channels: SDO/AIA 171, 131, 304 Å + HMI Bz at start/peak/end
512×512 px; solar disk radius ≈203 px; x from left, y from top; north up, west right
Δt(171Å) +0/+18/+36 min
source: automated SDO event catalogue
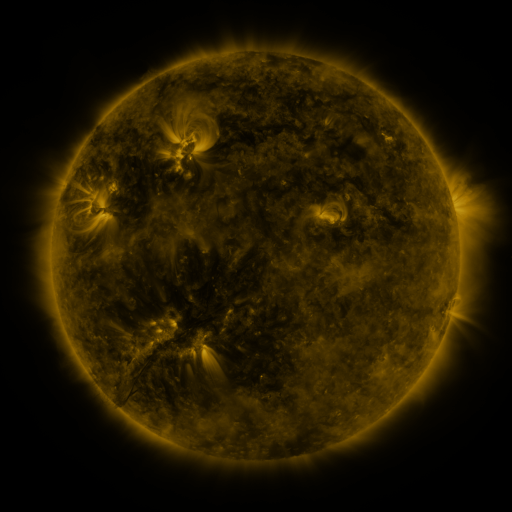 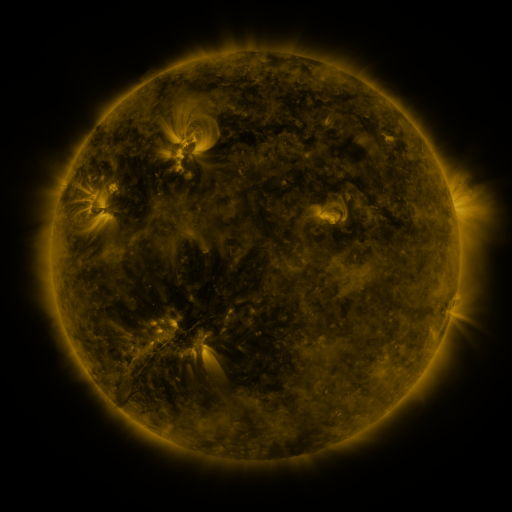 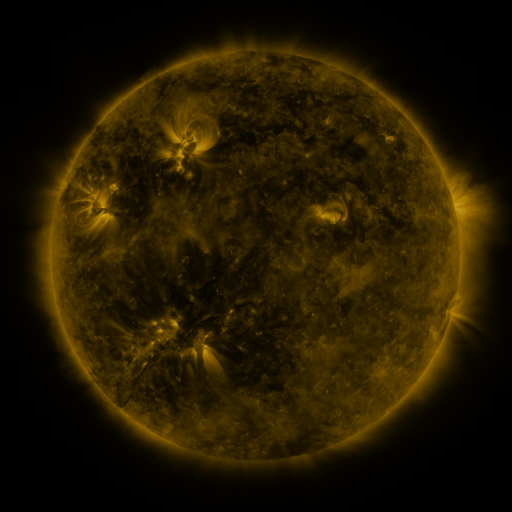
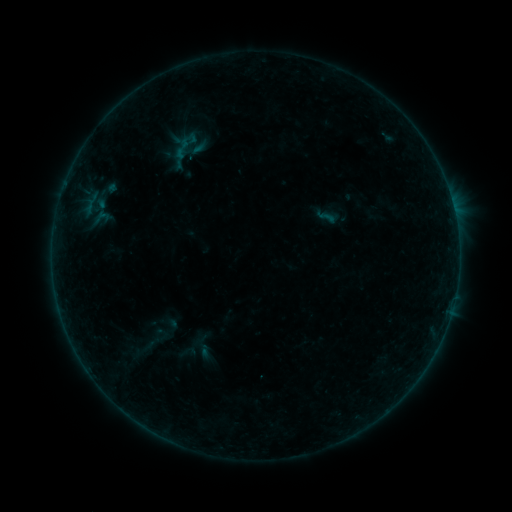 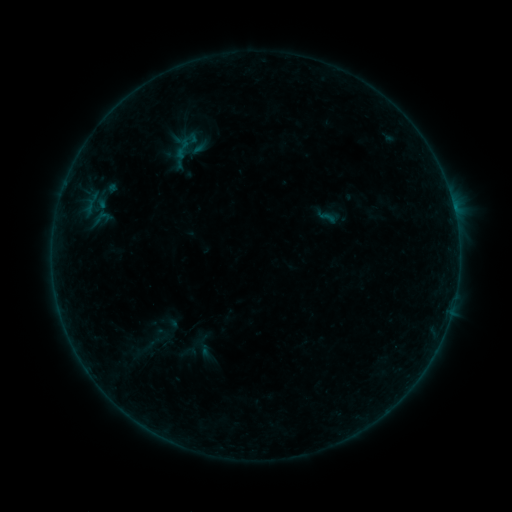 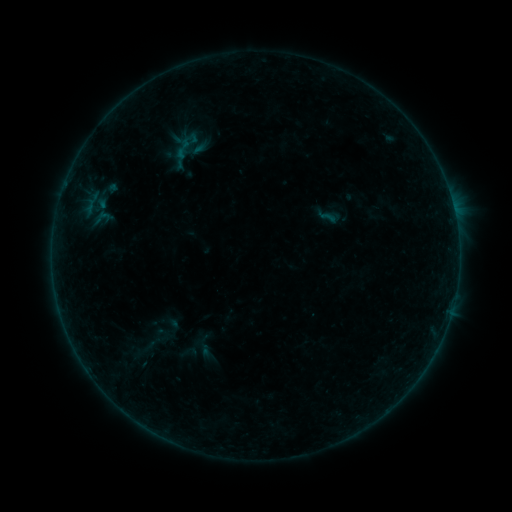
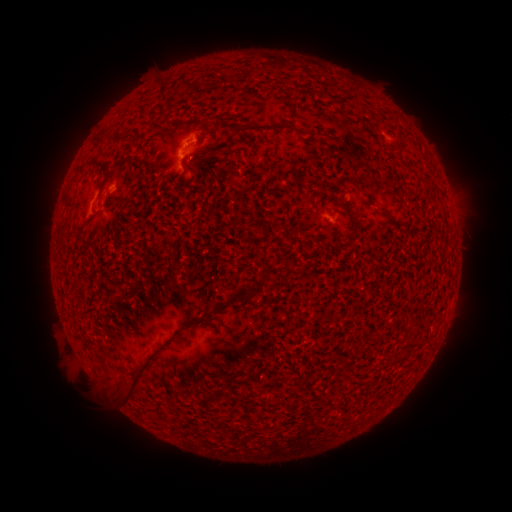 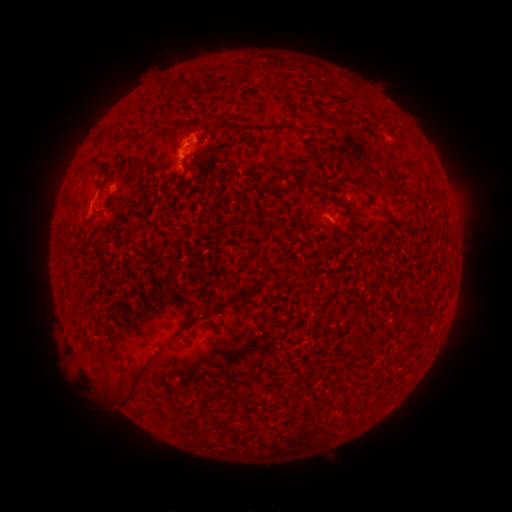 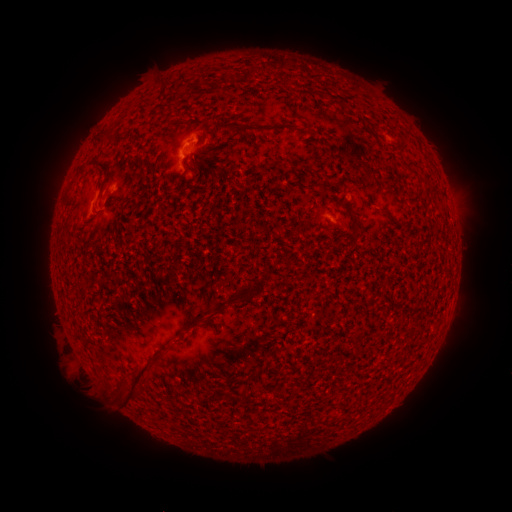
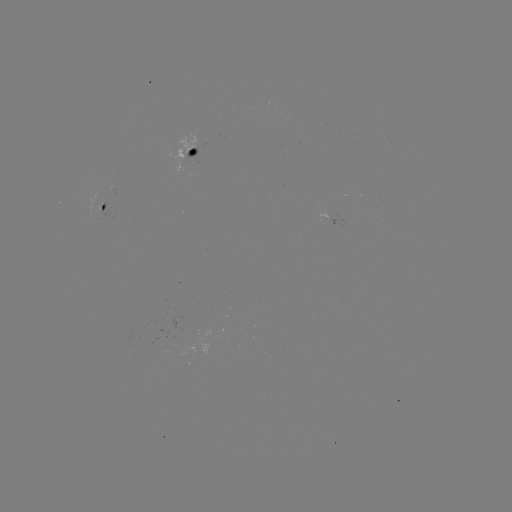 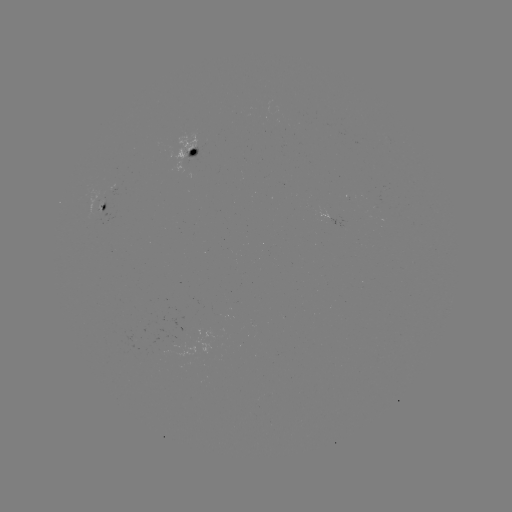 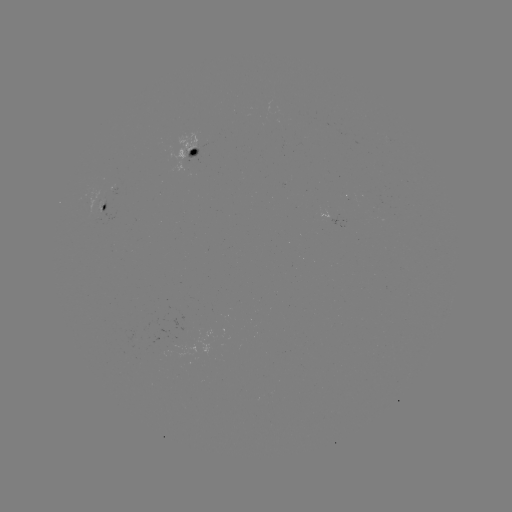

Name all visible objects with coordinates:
B1.7 flare: (111, 186)
